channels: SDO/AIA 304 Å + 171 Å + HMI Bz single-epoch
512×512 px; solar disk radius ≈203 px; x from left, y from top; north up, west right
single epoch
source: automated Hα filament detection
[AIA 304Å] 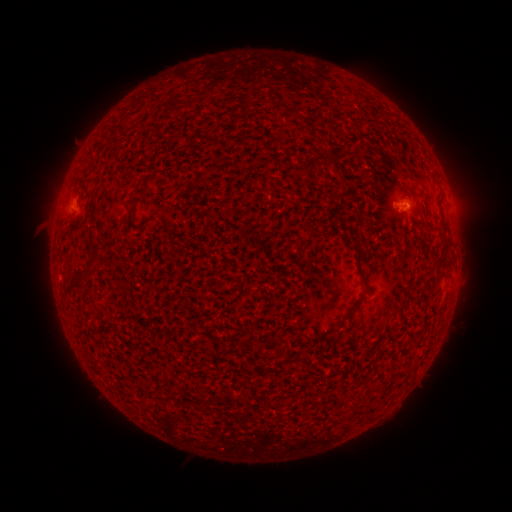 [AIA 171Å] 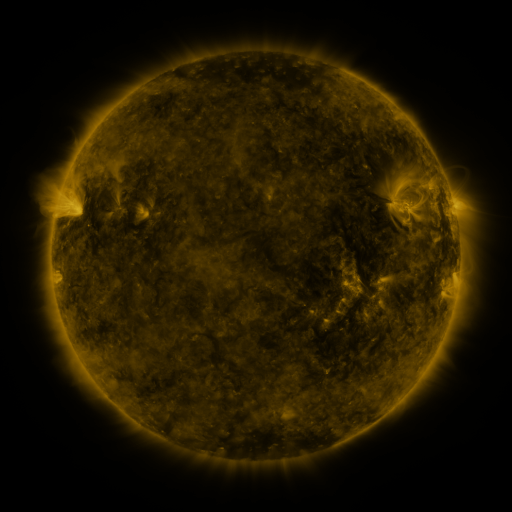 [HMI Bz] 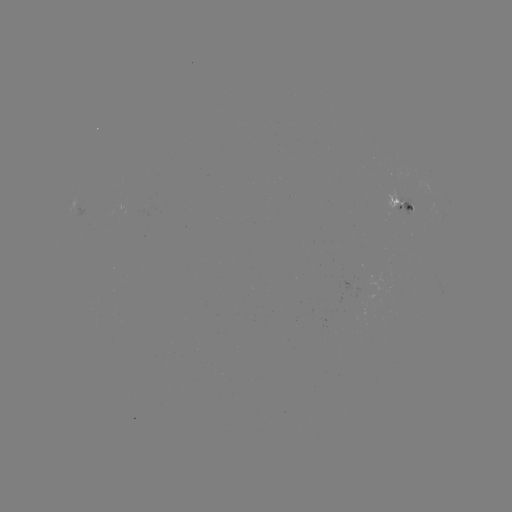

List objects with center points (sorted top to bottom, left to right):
filament: (92, 234)
filament: (354, 240)
filament: (440, 262)
filament: (90, 265)
filament: (75, 283)
filament: (347, 317)
